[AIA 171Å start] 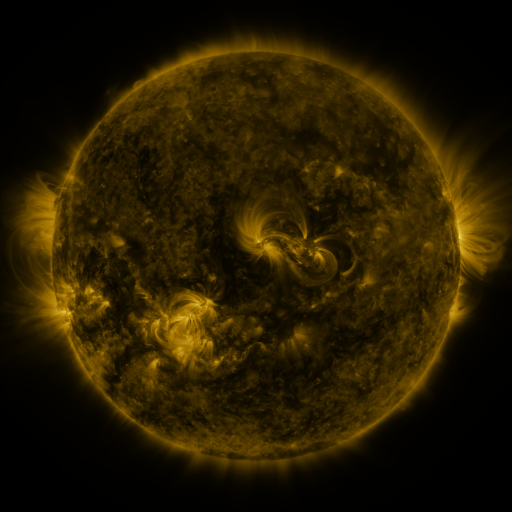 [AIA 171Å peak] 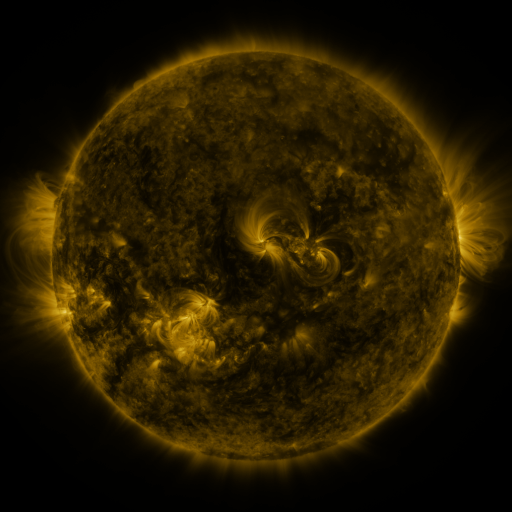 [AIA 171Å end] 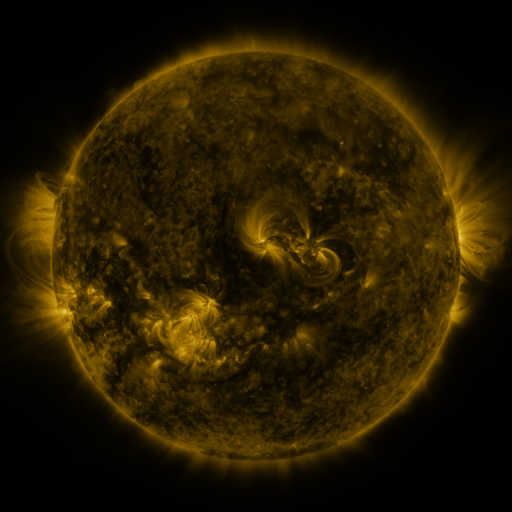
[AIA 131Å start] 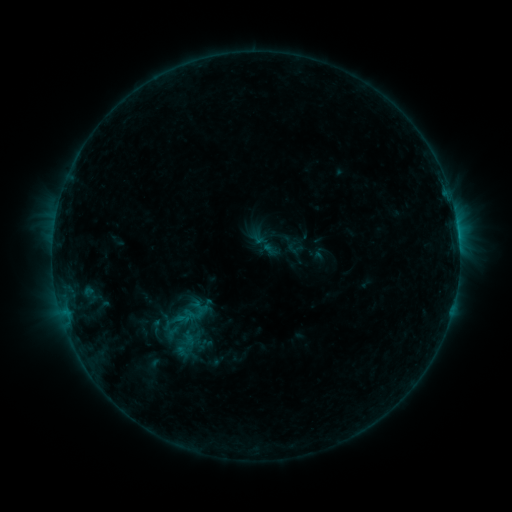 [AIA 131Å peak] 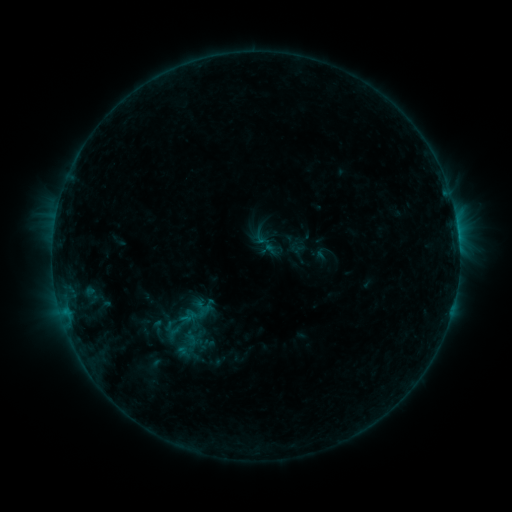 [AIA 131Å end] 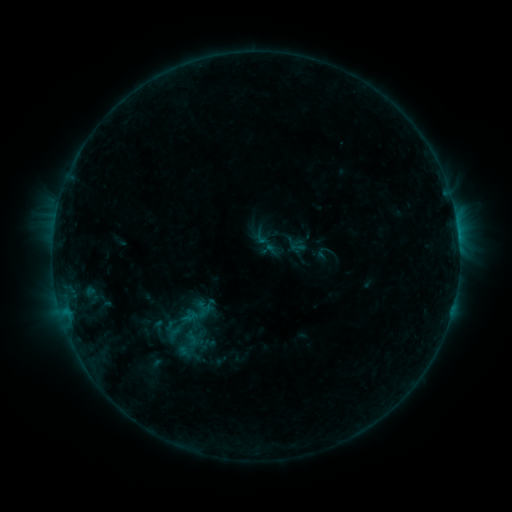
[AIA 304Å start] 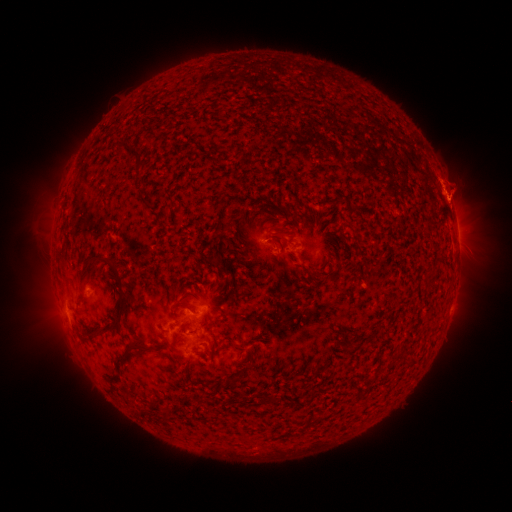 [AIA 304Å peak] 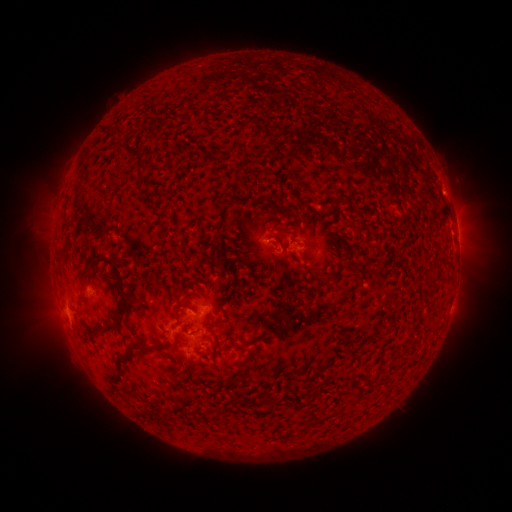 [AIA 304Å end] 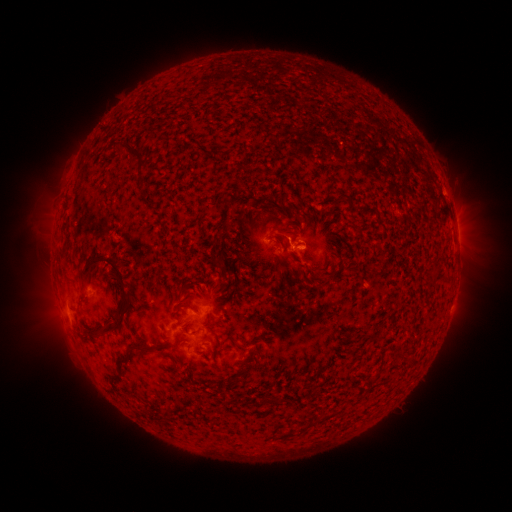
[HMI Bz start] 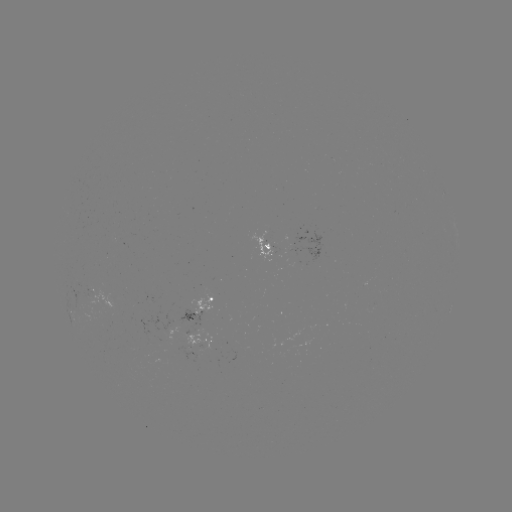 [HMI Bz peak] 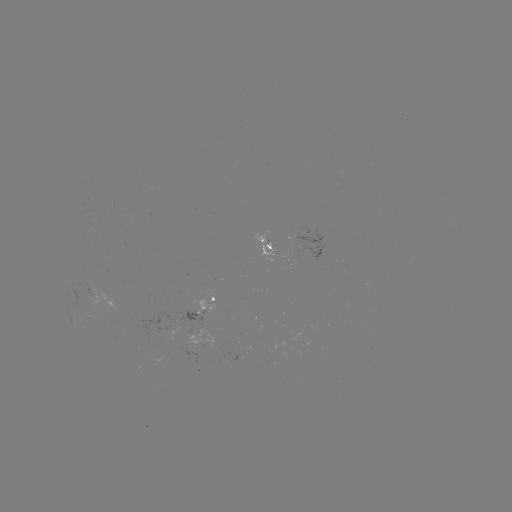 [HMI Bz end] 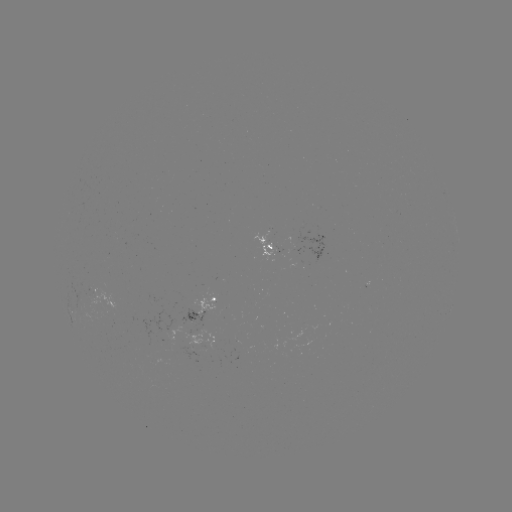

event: emerging-flux region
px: (286, 256)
